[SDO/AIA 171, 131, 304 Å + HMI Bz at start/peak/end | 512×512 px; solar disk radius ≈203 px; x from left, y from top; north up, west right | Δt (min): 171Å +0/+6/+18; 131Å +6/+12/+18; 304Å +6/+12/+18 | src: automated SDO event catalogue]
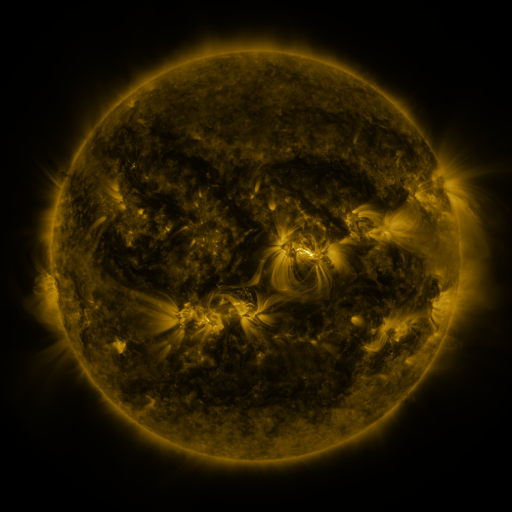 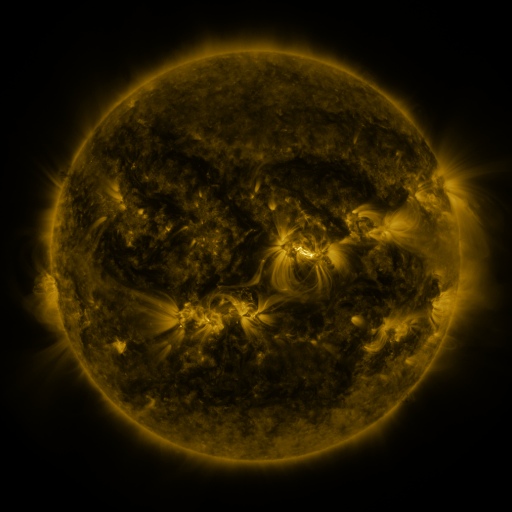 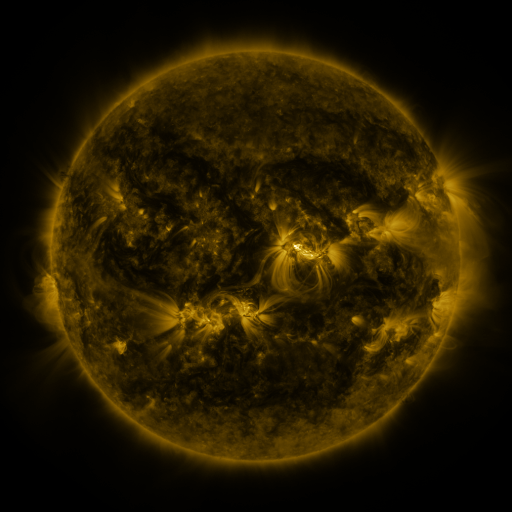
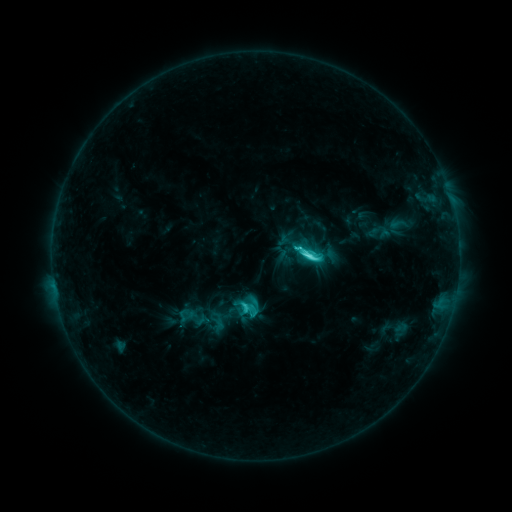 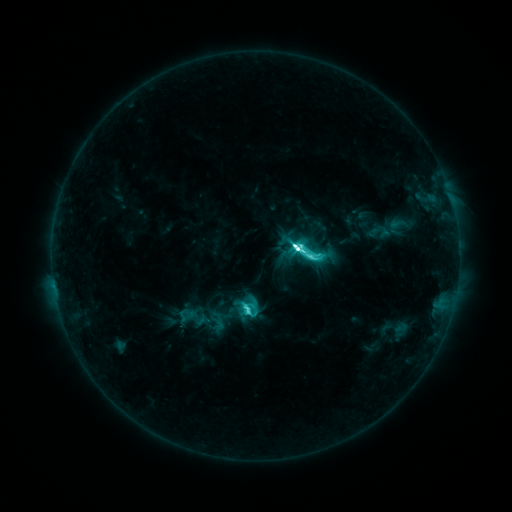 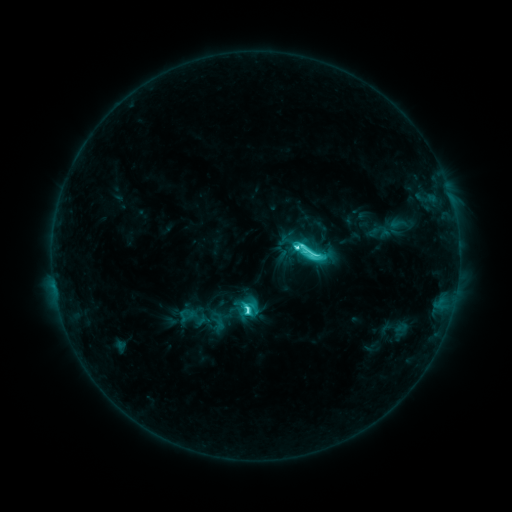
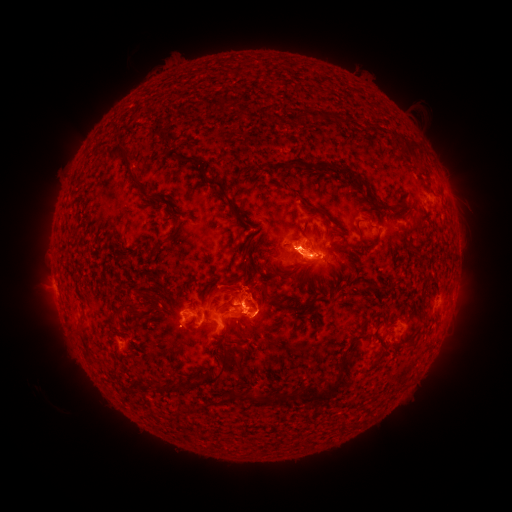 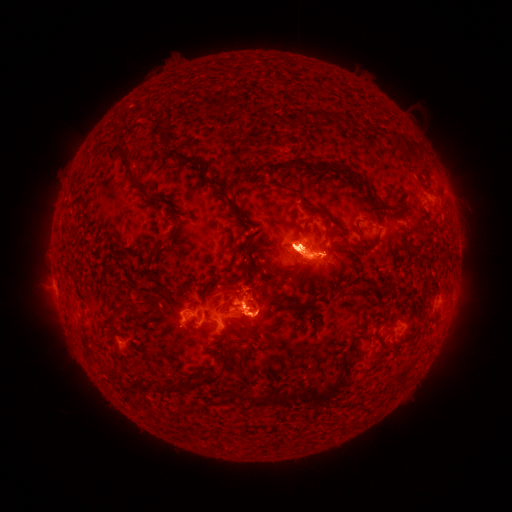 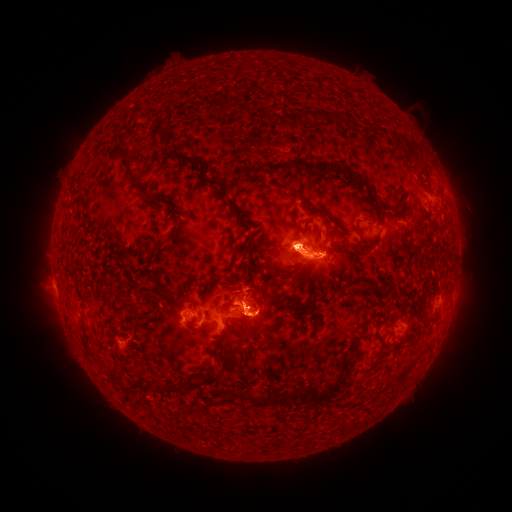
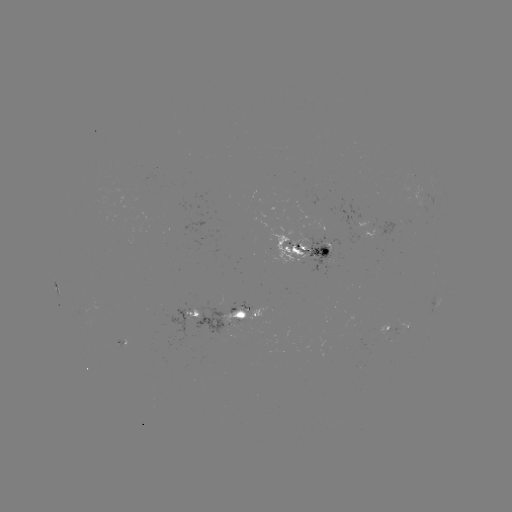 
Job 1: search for eruption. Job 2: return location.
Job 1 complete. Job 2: (54, 318).